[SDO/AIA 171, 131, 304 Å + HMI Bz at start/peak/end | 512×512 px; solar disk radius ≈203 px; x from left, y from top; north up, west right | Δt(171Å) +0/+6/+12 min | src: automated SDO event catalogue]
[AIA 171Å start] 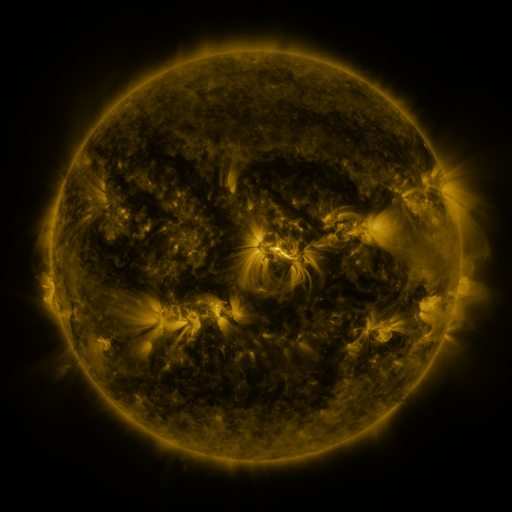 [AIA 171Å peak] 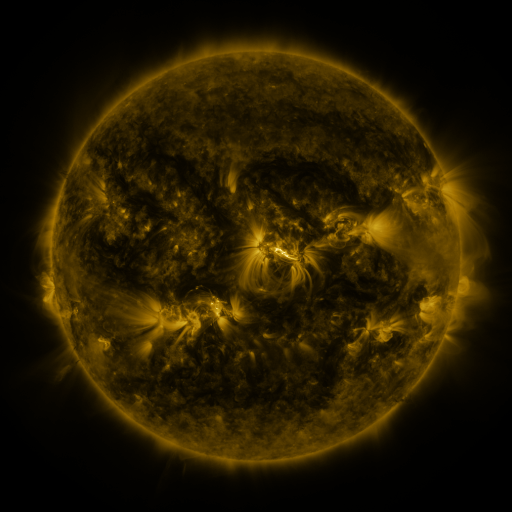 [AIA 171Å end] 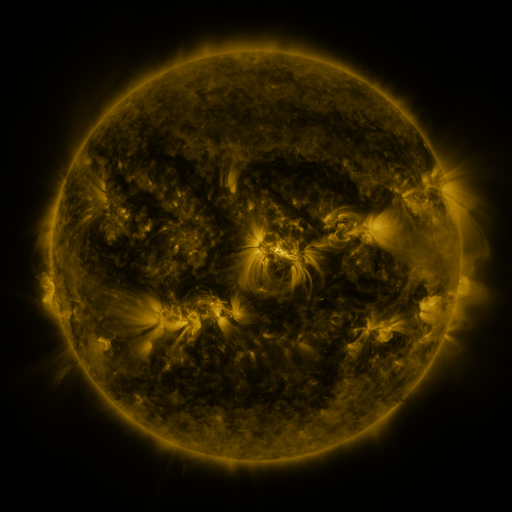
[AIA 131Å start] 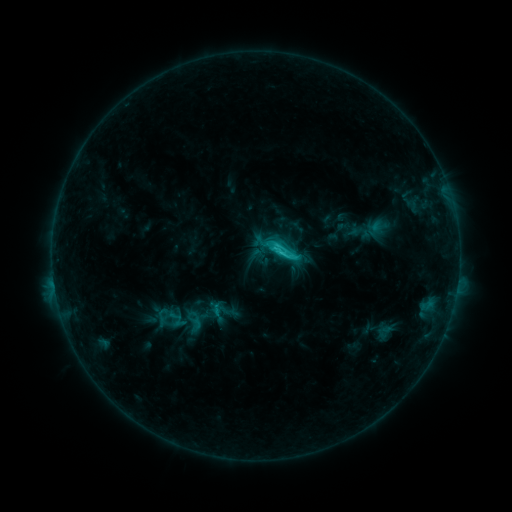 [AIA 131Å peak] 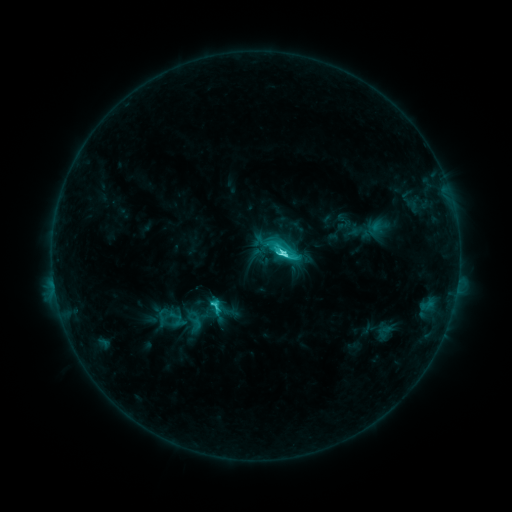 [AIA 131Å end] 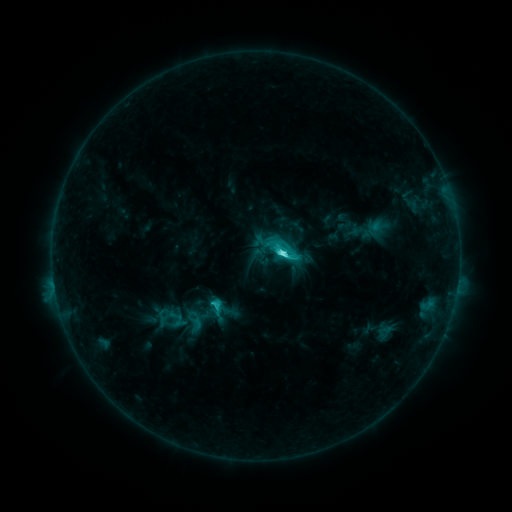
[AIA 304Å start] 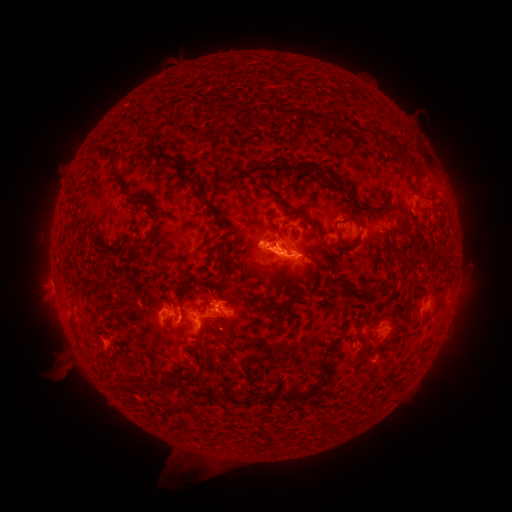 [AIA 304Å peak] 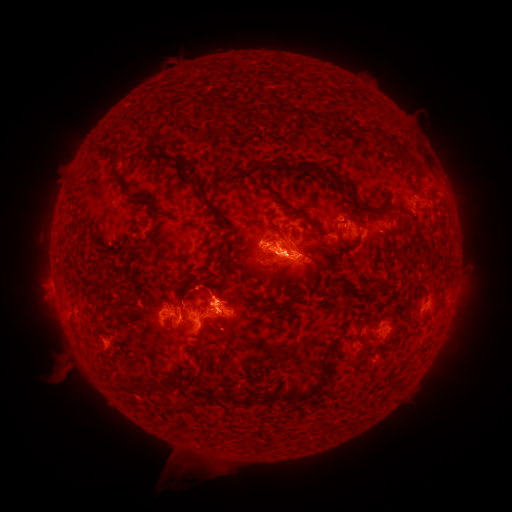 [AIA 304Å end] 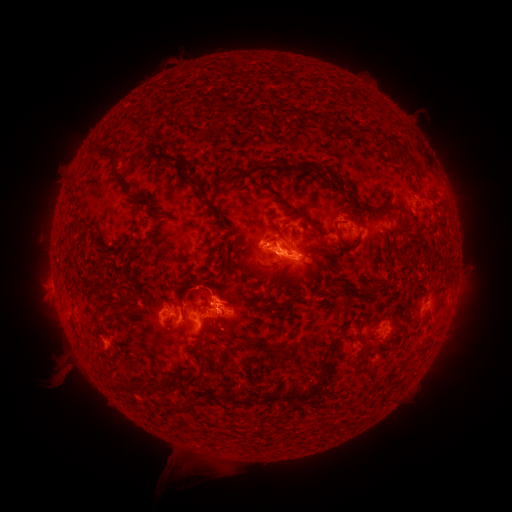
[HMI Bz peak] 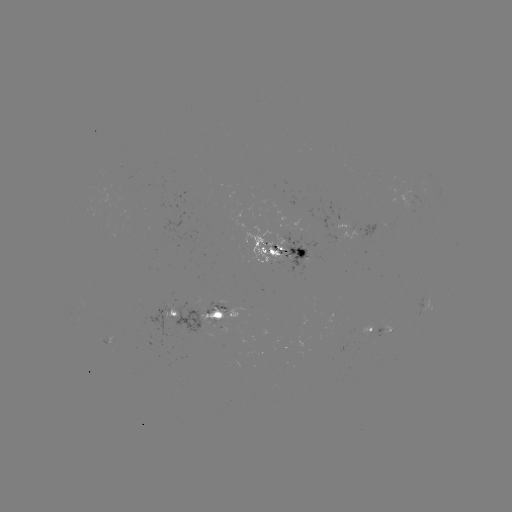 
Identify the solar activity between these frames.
eruption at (216, 293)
